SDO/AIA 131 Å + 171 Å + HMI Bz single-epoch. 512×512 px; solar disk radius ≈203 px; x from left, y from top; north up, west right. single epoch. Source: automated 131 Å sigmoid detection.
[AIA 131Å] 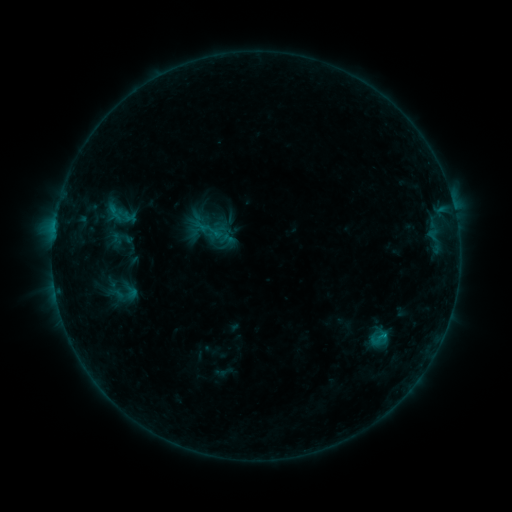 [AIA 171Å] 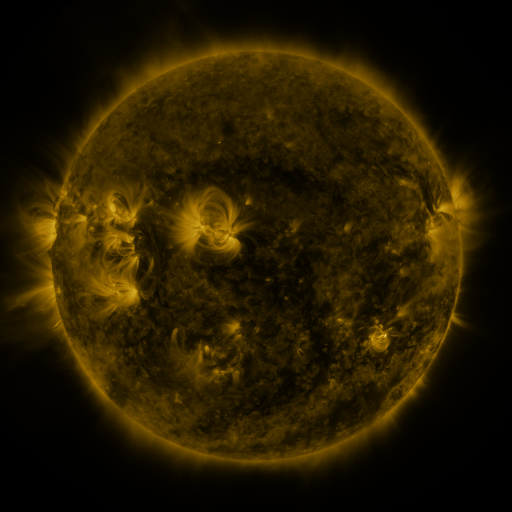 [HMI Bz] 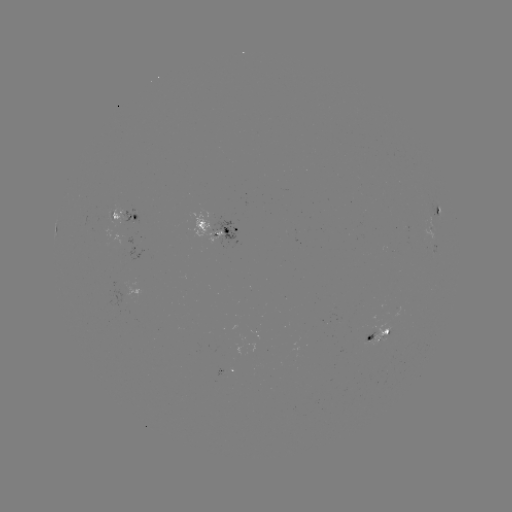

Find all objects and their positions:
sigmoid: (121, 238)
